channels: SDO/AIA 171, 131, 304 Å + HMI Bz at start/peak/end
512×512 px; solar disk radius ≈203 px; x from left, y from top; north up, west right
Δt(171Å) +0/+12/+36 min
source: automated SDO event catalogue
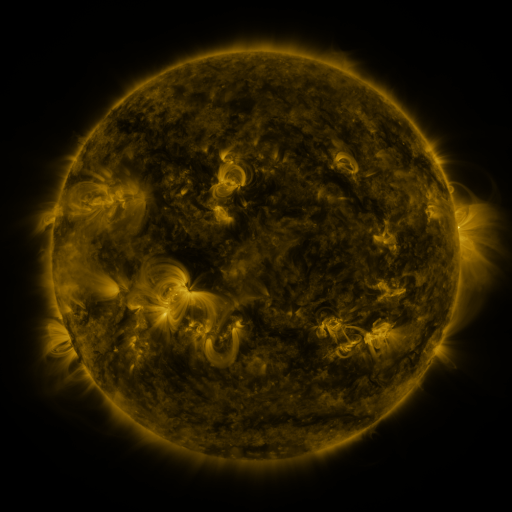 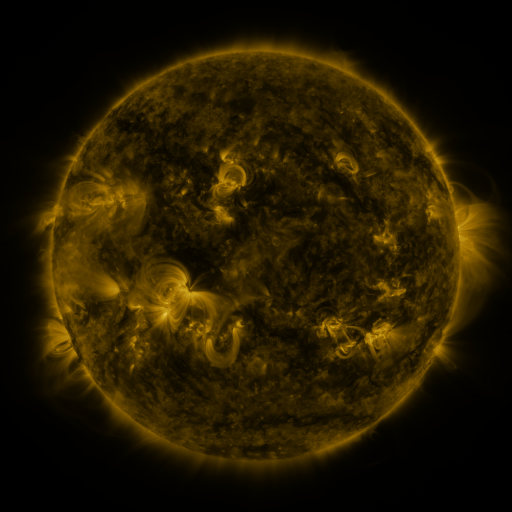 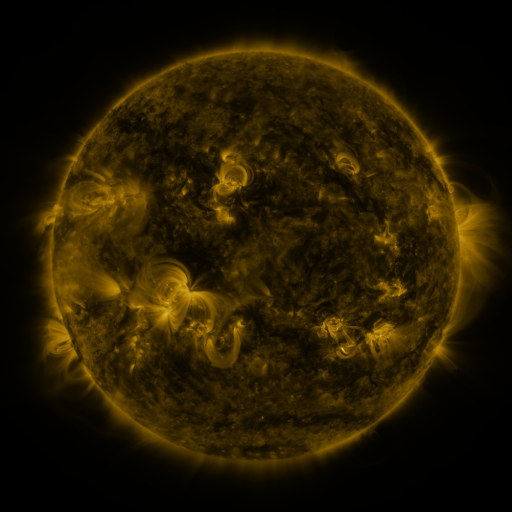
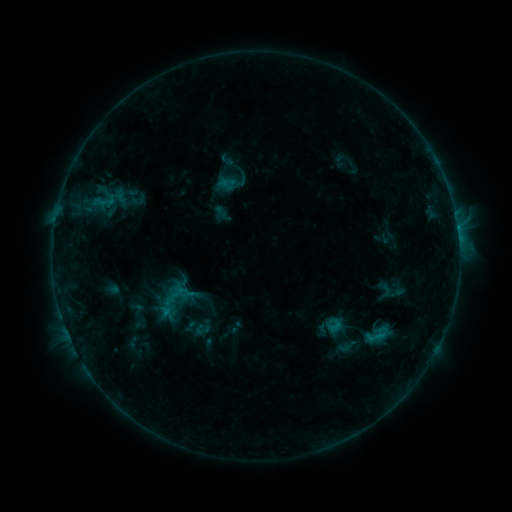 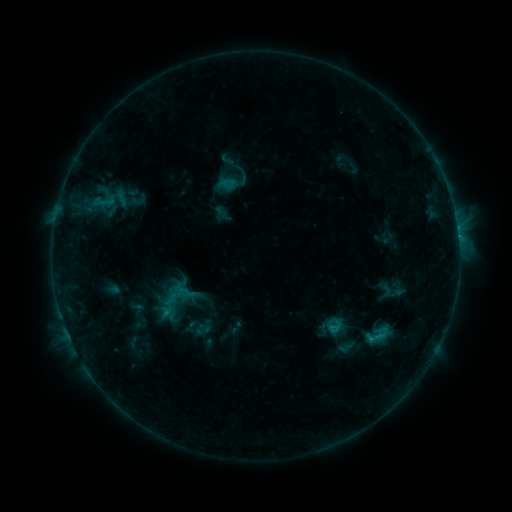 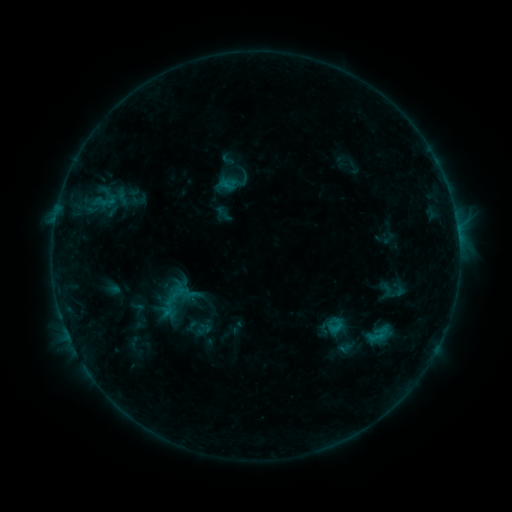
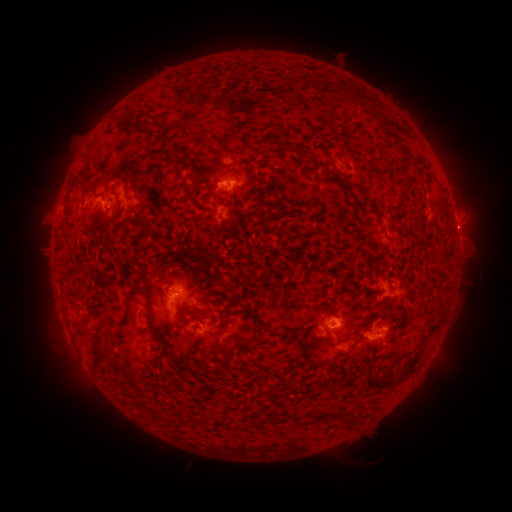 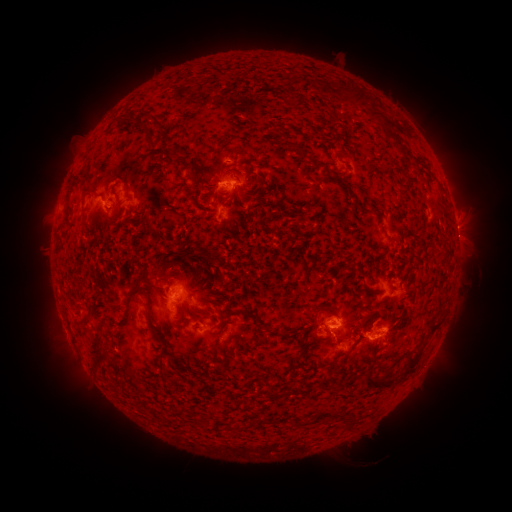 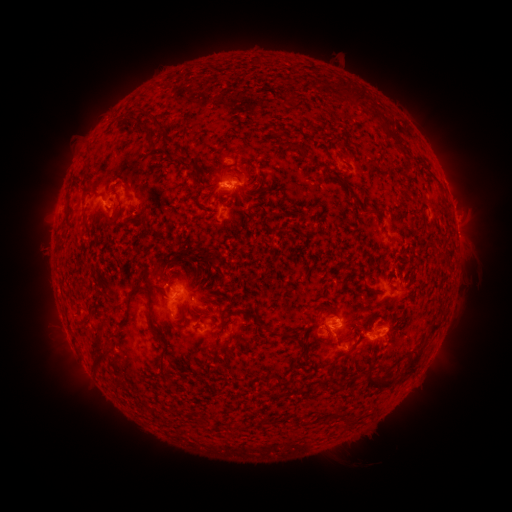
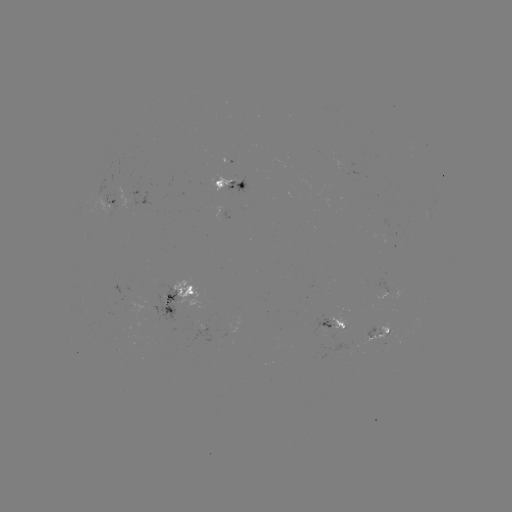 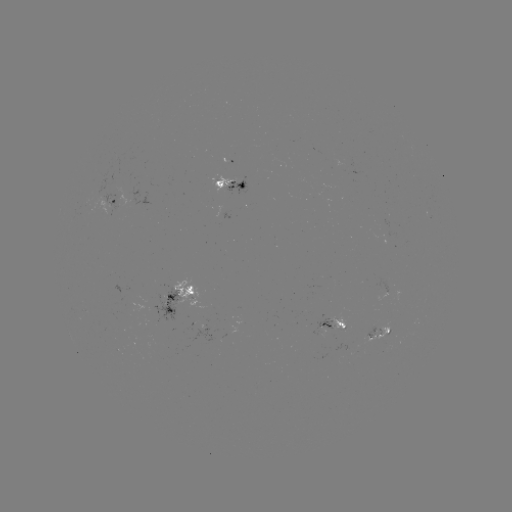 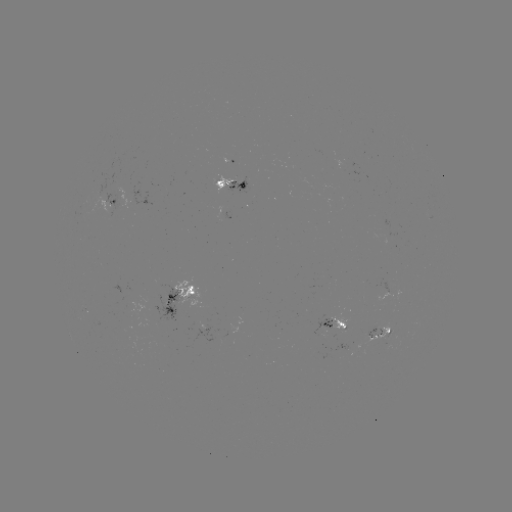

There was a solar flare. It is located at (369, 338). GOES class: B7.5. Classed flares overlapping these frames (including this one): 1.